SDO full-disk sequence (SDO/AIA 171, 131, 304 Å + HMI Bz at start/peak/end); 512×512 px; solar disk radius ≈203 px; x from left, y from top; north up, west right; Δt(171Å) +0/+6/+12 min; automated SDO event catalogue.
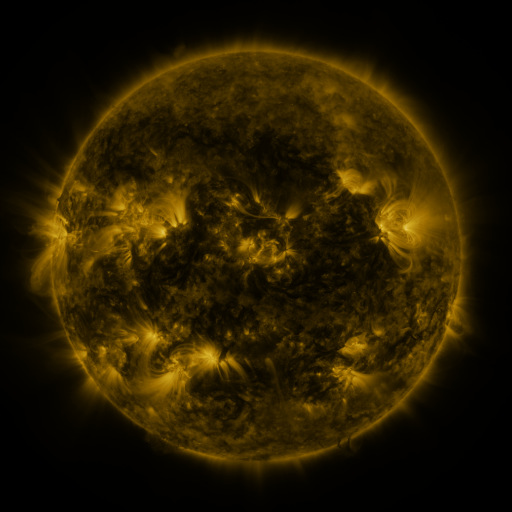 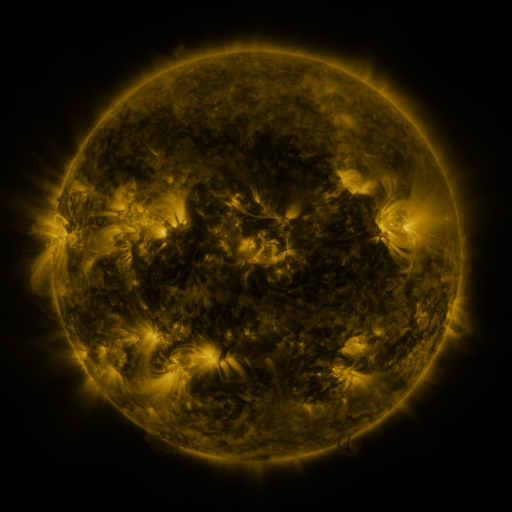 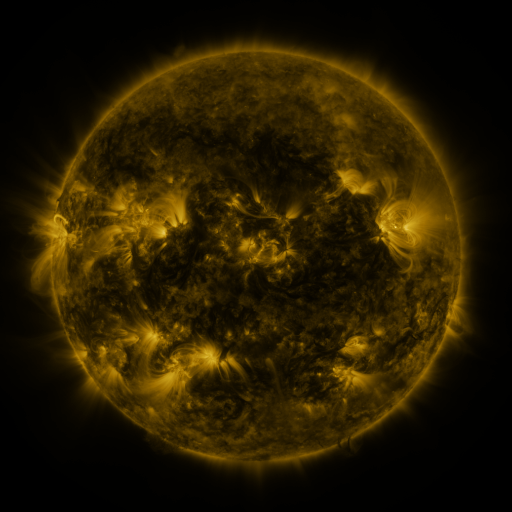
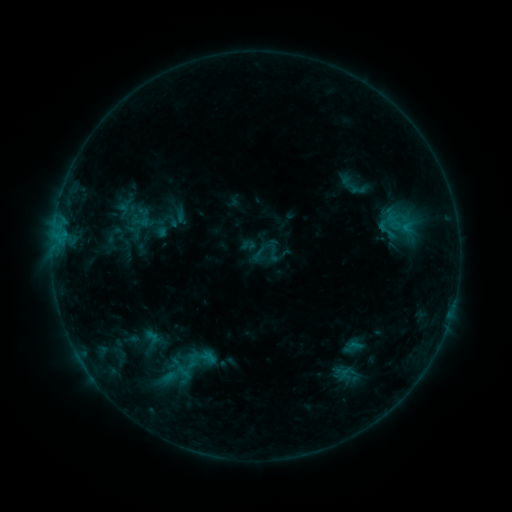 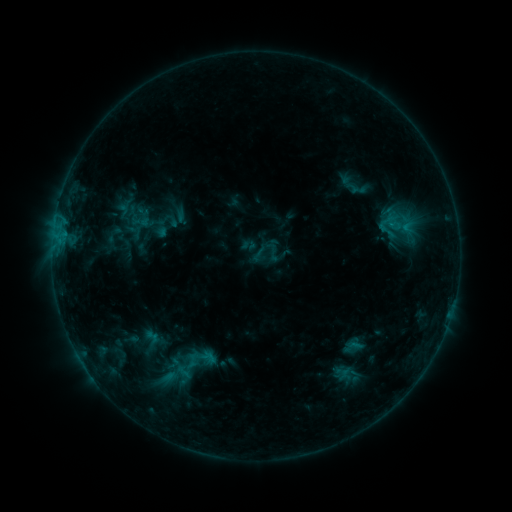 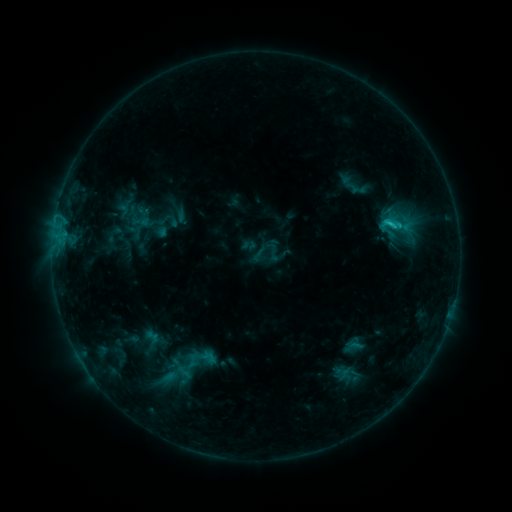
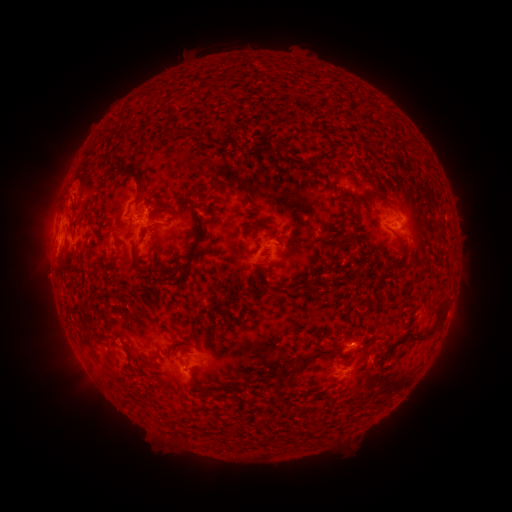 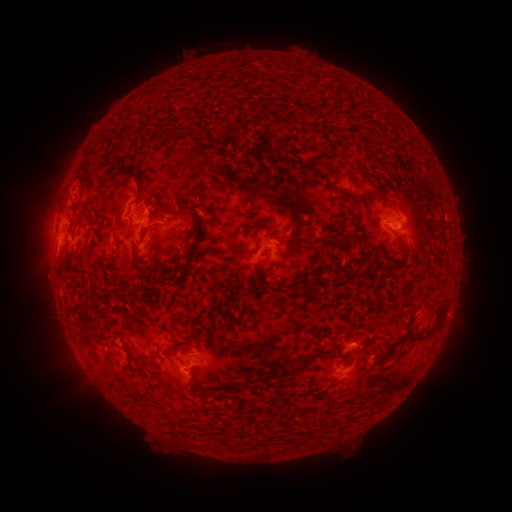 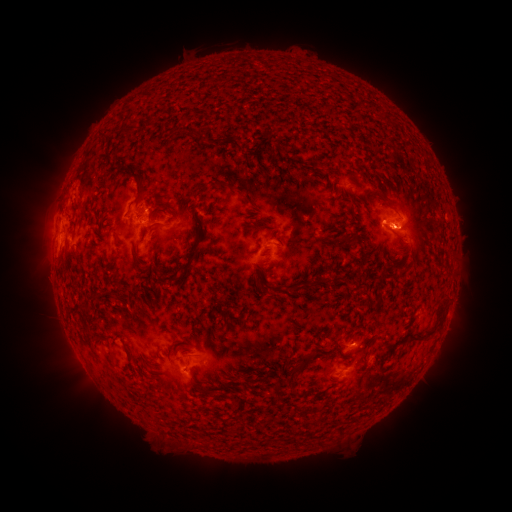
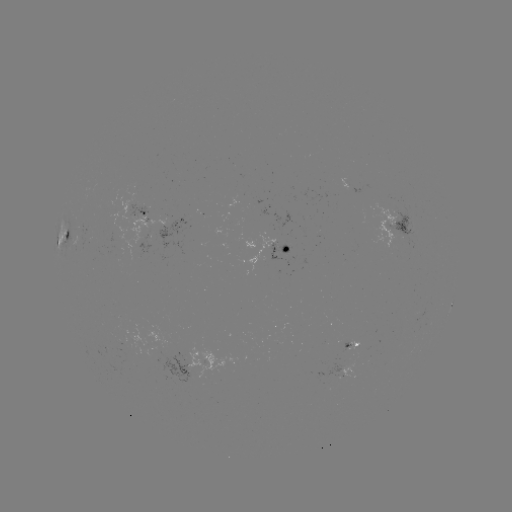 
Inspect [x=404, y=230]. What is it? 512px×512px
C1.3 flare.